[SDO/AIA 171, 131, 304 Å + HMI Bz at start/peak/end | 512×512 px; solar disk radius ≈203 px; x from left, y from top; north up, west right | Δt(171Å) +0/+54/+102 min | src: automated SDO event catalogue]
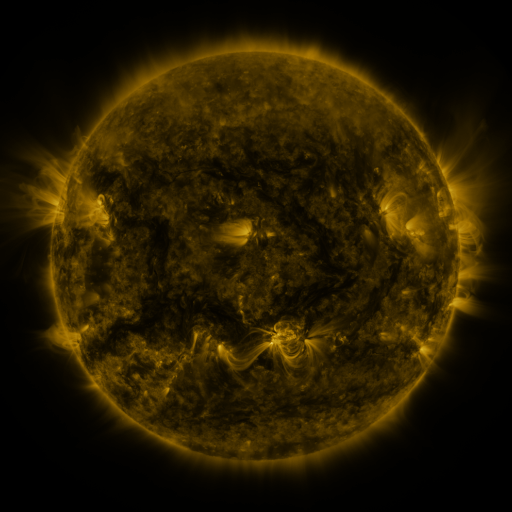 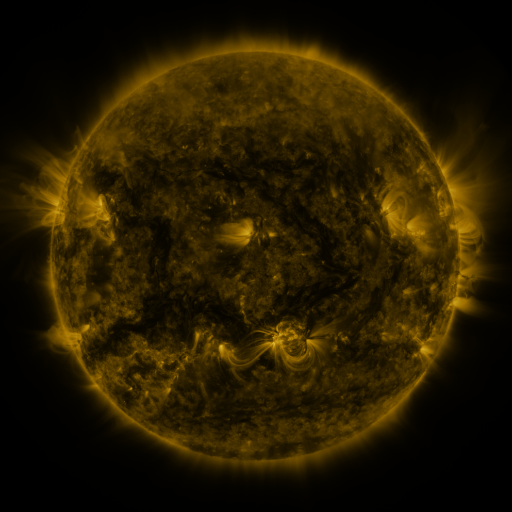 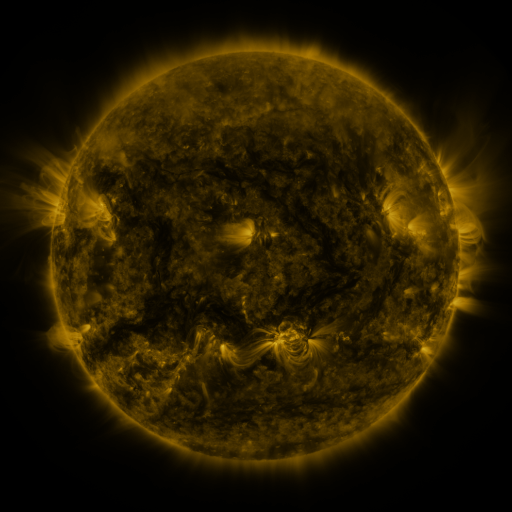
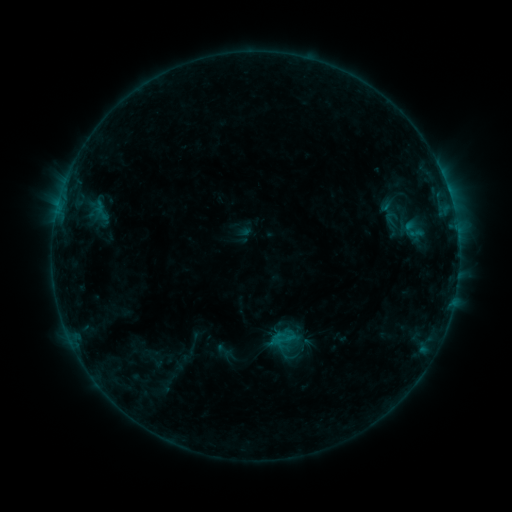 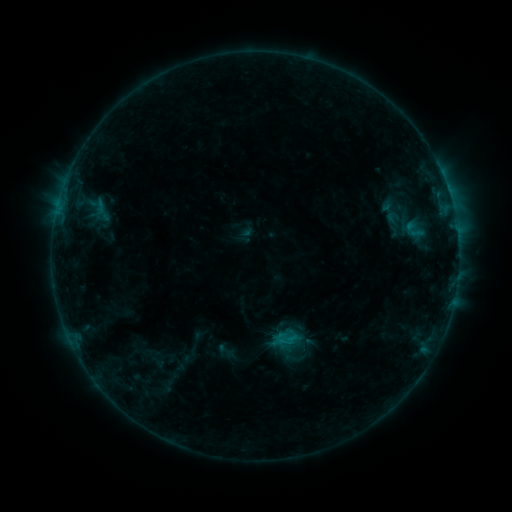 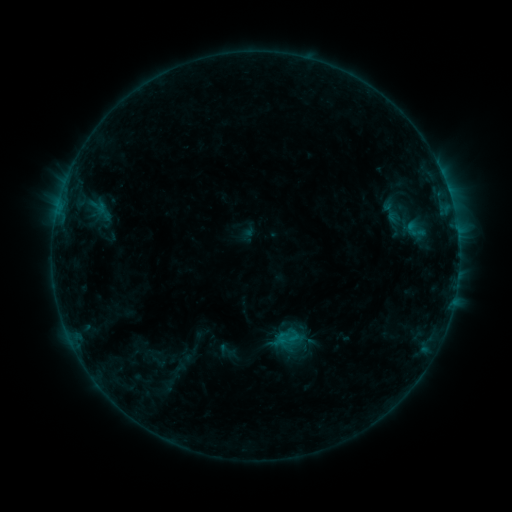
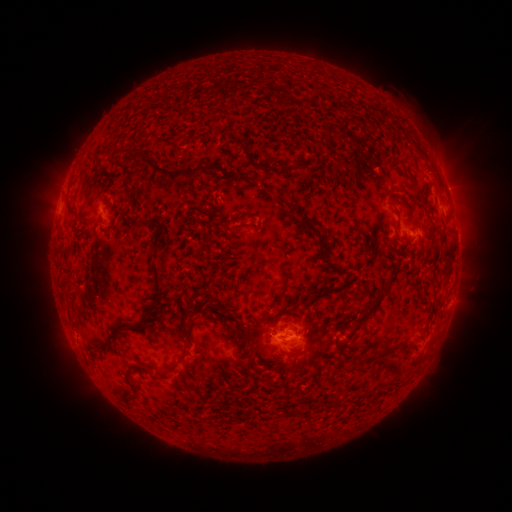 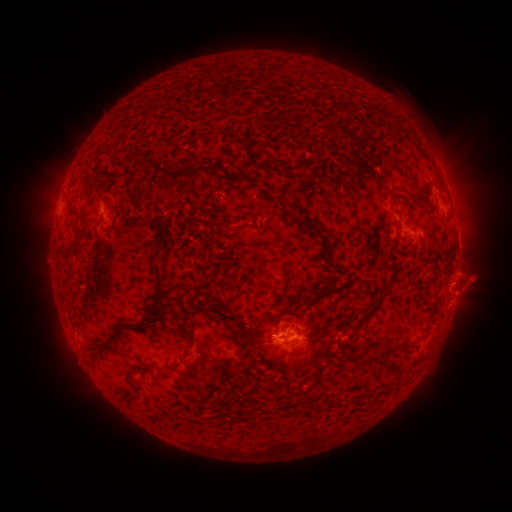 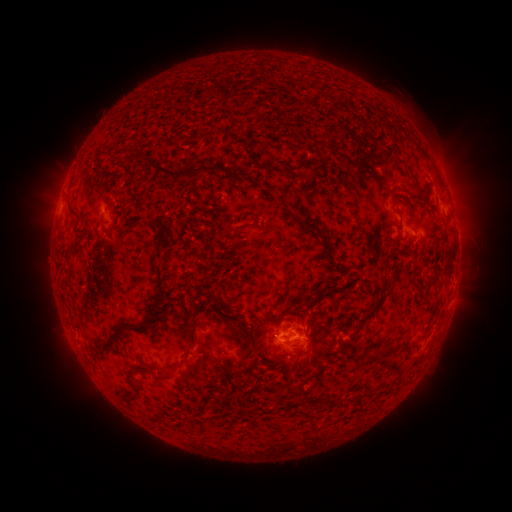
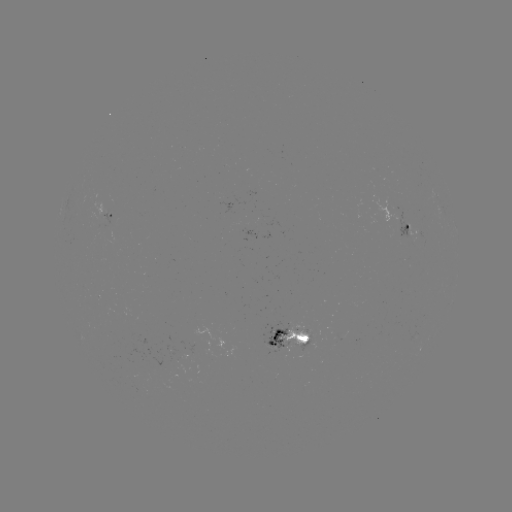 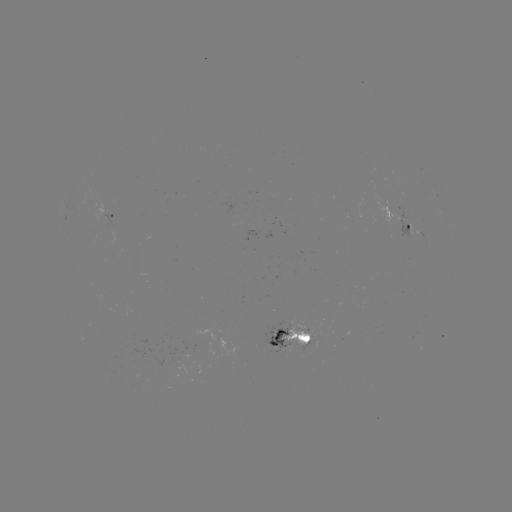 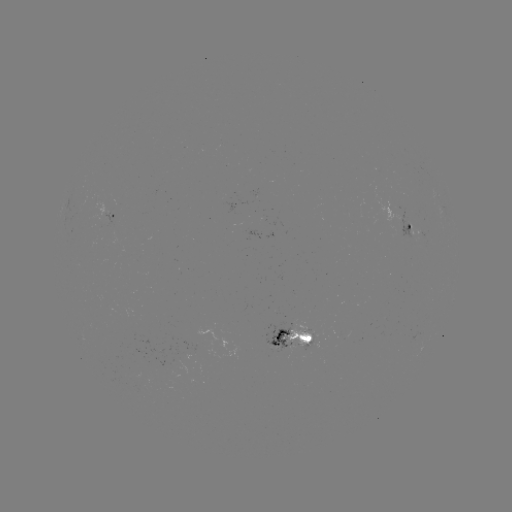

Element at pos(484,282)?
filament eruption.